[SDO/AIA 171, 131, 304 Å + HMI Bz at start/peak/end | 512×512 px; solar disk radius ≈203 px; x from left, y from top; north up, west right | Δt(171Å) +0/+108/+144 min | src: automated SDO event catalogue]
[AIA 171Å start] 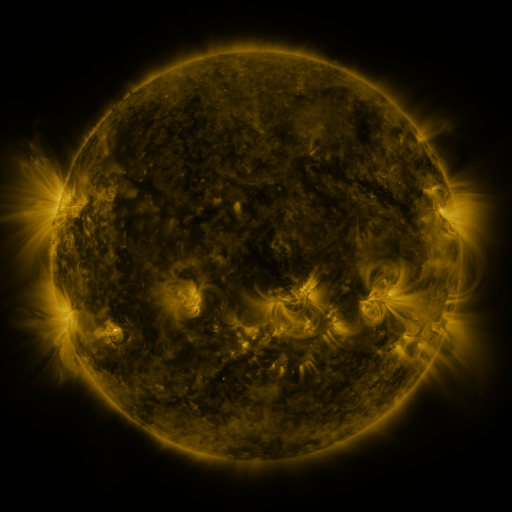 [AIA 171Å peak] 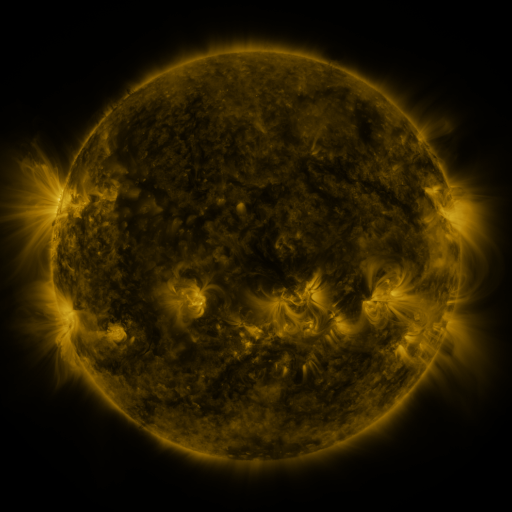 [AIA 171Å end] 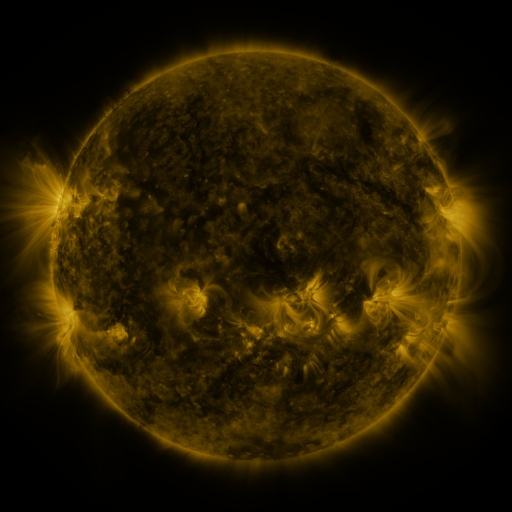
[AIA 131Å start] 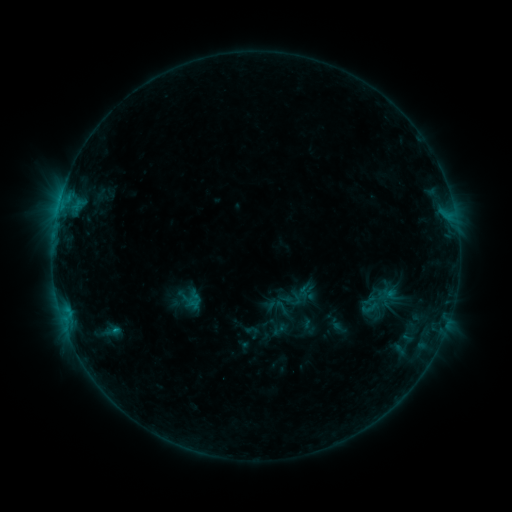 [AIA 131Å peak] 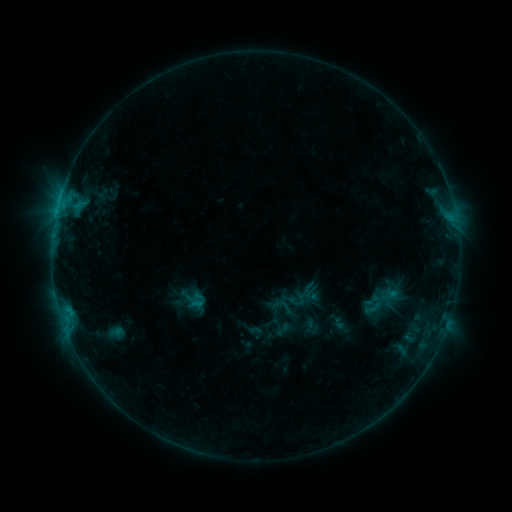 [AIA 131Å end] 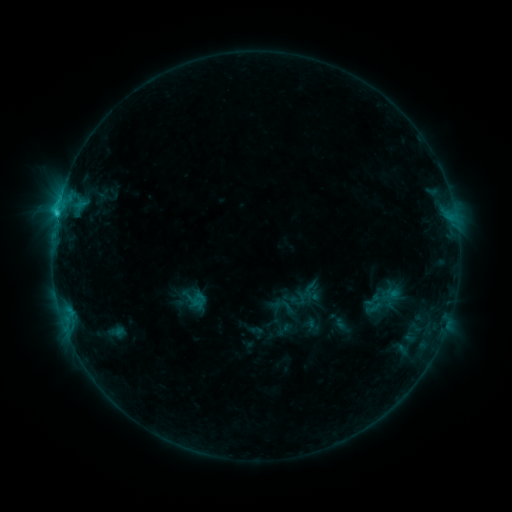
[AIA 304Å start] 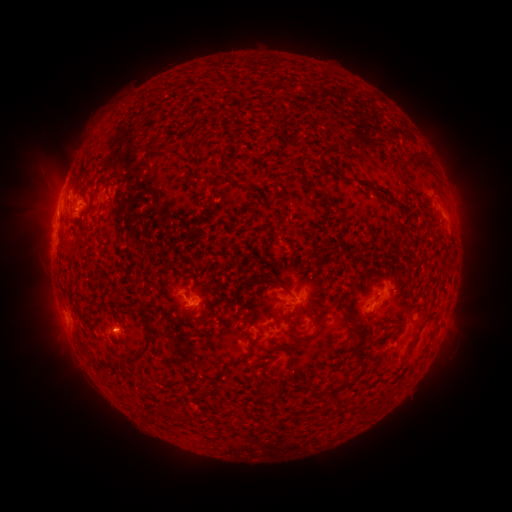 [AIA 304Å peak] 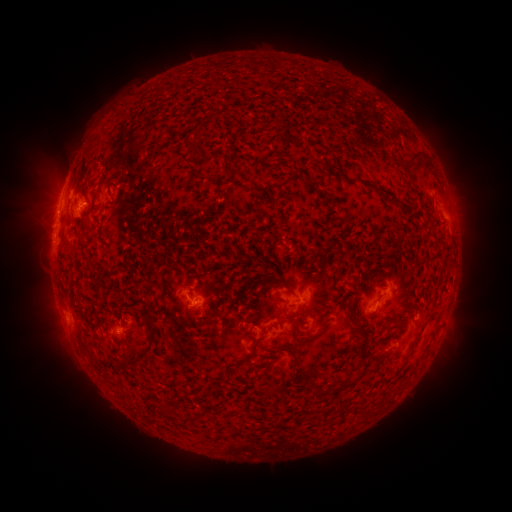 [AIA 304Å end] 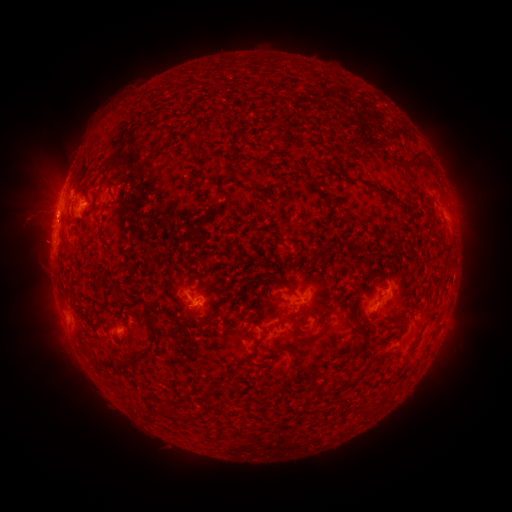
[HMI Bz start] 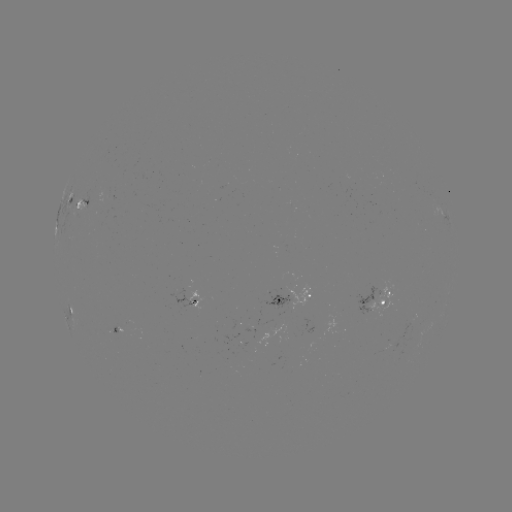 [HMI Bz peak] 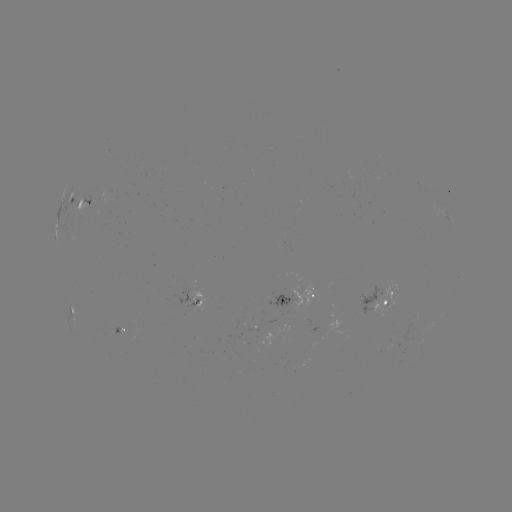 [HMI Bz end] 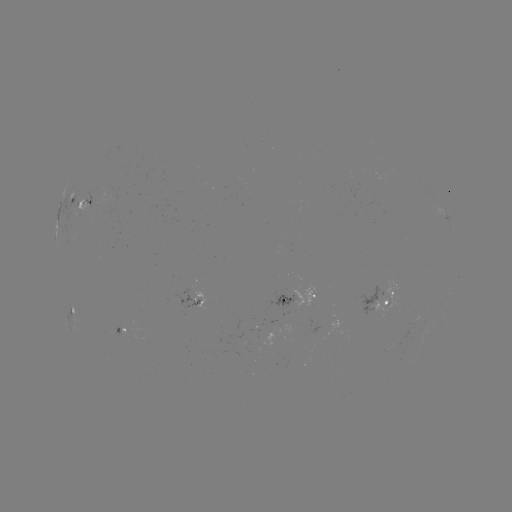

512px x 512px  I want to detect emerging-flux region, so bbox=[174, 288, 200, 308].